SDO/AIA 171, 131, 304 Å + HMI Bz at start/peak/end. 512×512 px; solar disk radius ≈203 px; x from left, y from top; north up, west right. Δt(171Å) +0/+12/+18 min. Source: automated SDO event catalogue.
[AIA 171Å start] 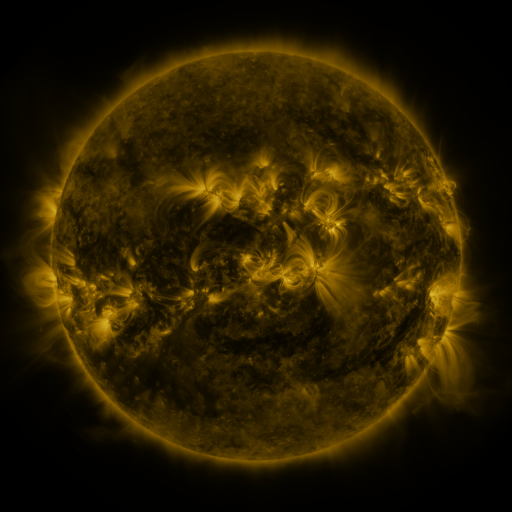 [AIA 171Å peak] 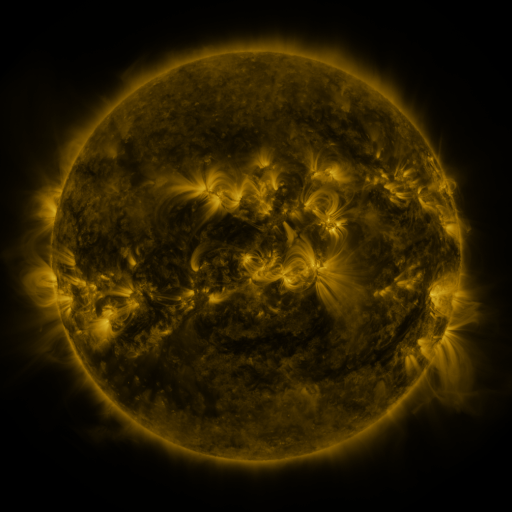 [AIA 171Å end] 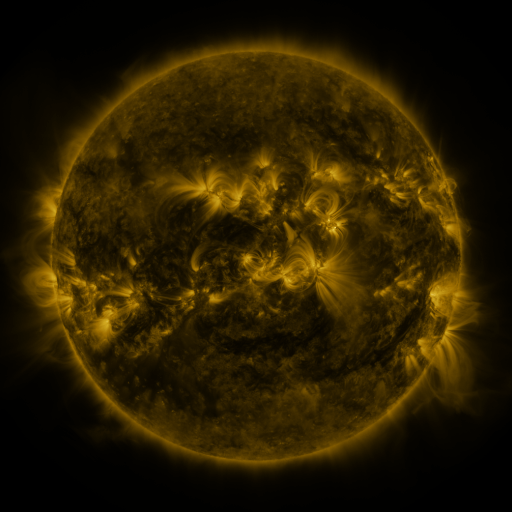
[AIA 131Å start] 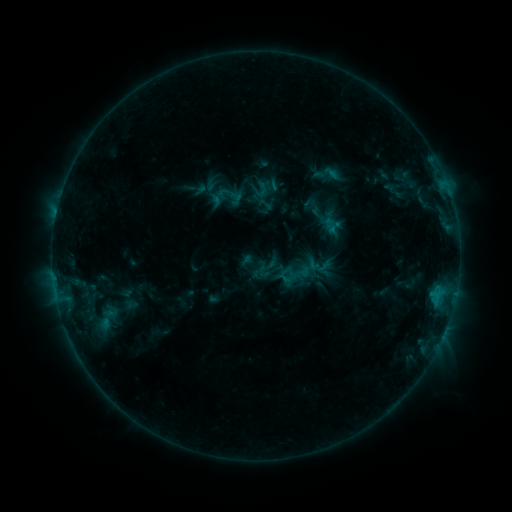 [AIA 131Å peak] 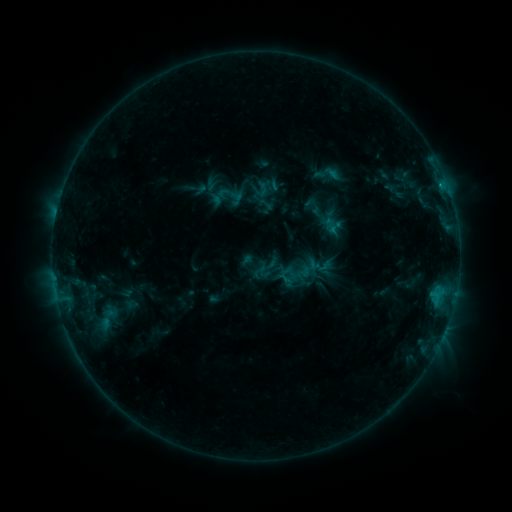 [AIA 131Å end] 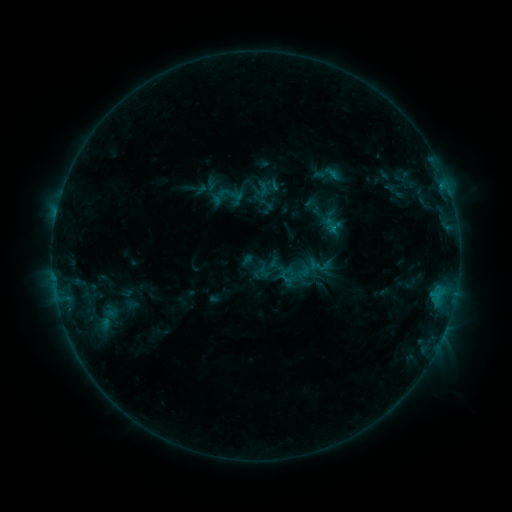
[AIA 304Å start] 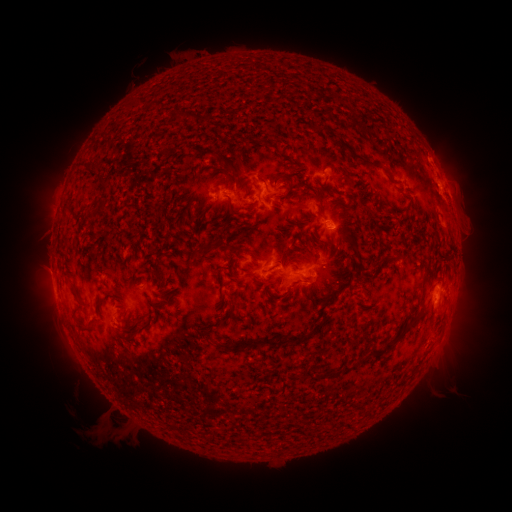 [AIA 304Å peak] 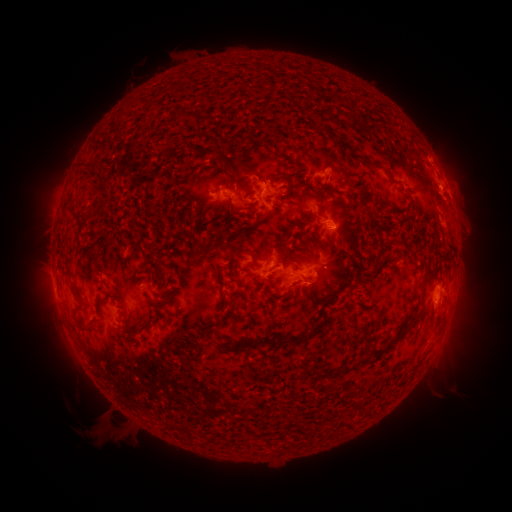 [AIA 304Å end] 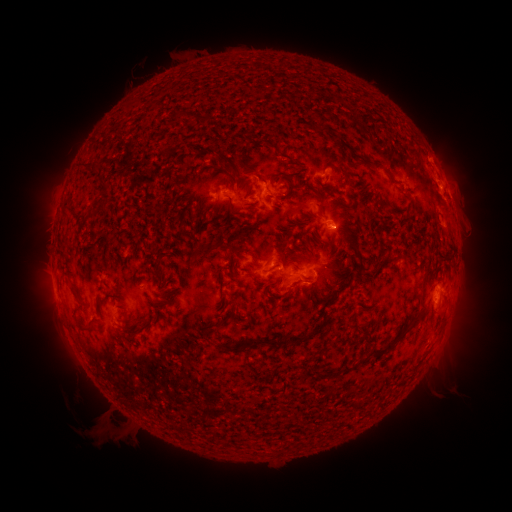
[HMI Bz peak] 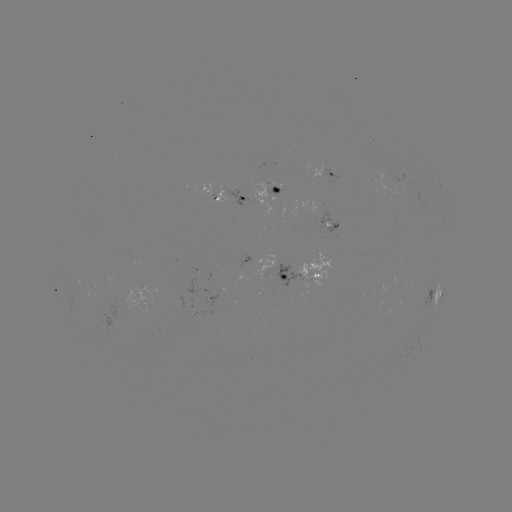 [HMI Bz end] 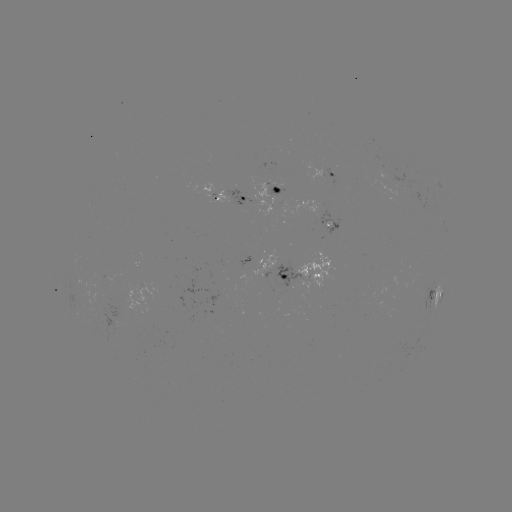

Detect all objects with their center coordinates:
C1.0 flare: (440, 187)
